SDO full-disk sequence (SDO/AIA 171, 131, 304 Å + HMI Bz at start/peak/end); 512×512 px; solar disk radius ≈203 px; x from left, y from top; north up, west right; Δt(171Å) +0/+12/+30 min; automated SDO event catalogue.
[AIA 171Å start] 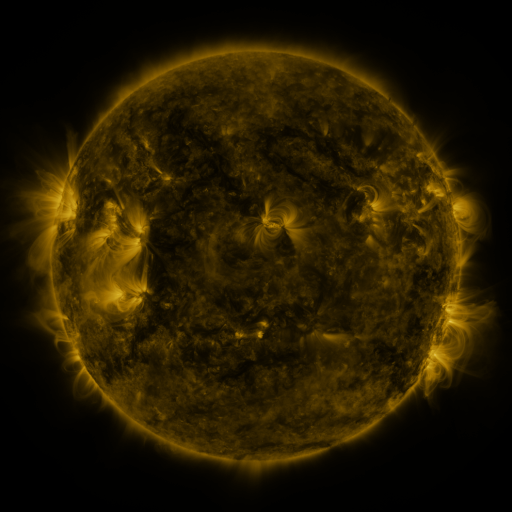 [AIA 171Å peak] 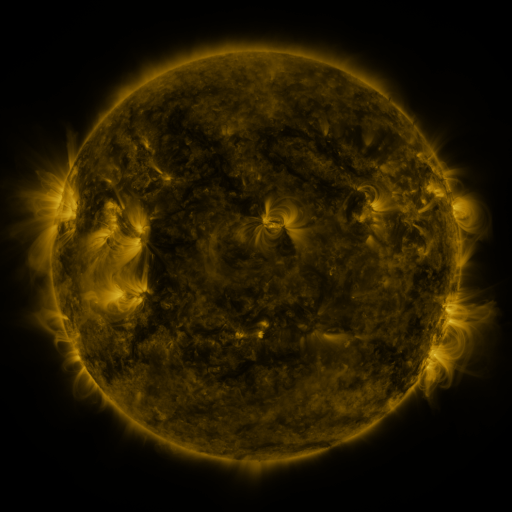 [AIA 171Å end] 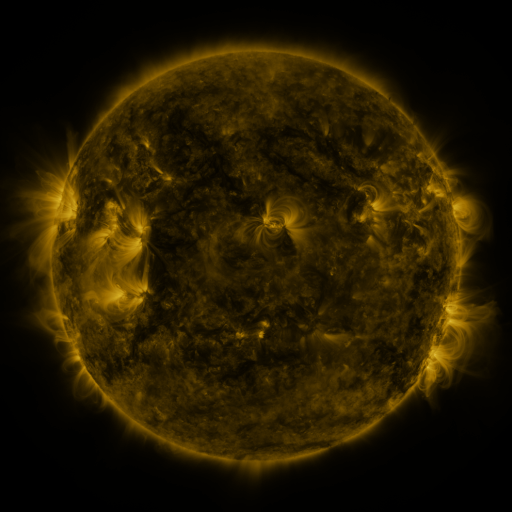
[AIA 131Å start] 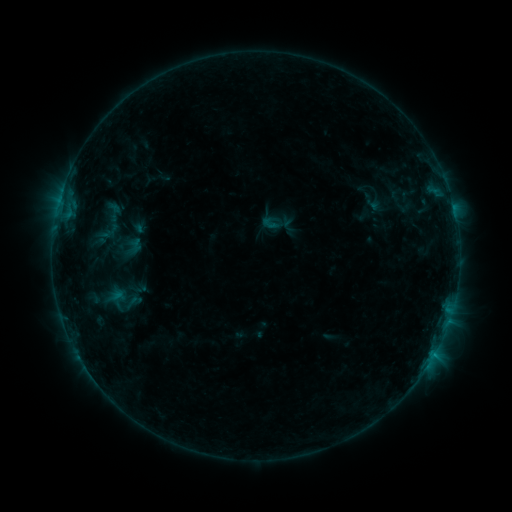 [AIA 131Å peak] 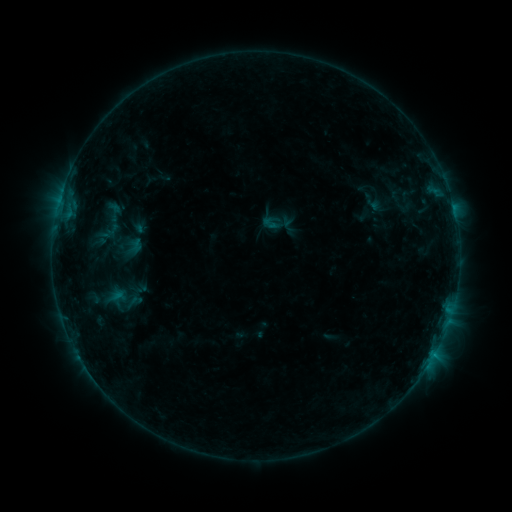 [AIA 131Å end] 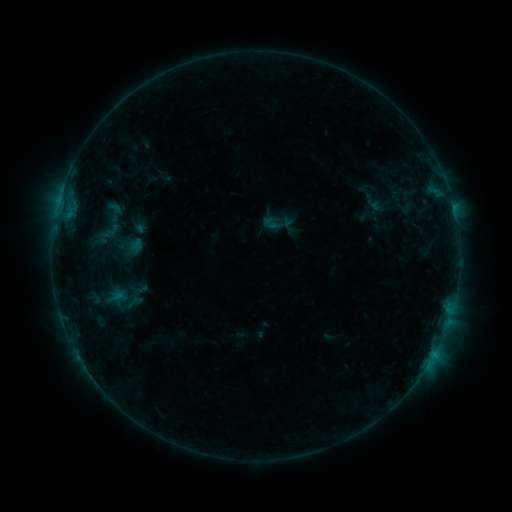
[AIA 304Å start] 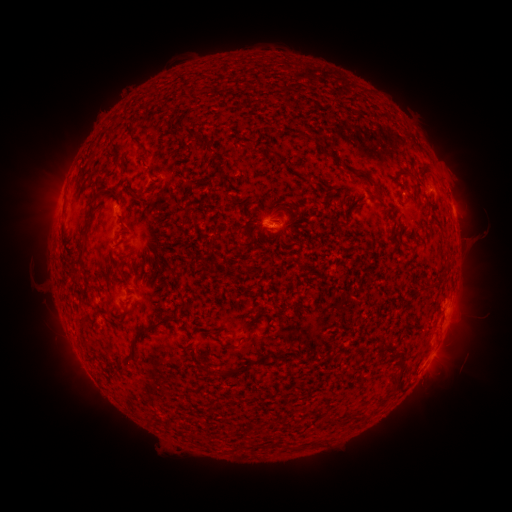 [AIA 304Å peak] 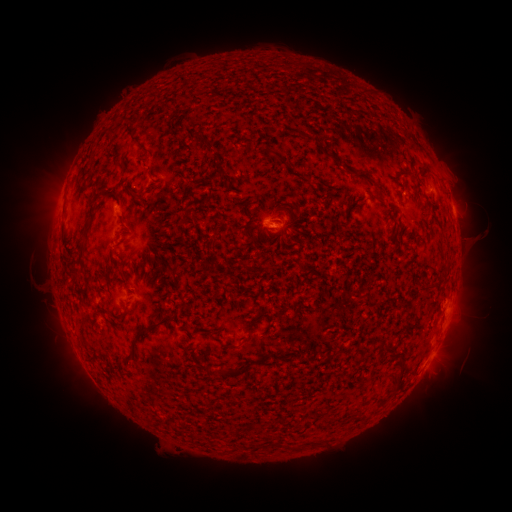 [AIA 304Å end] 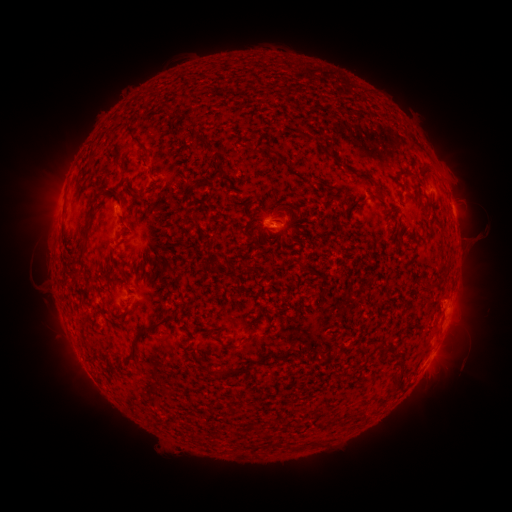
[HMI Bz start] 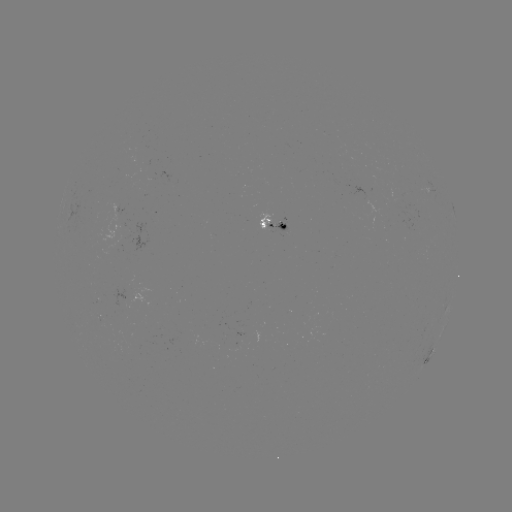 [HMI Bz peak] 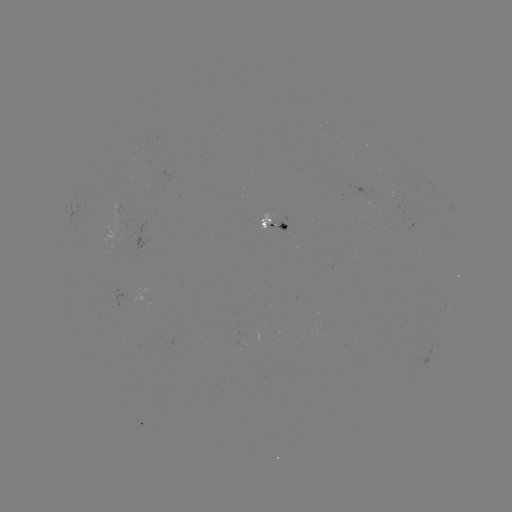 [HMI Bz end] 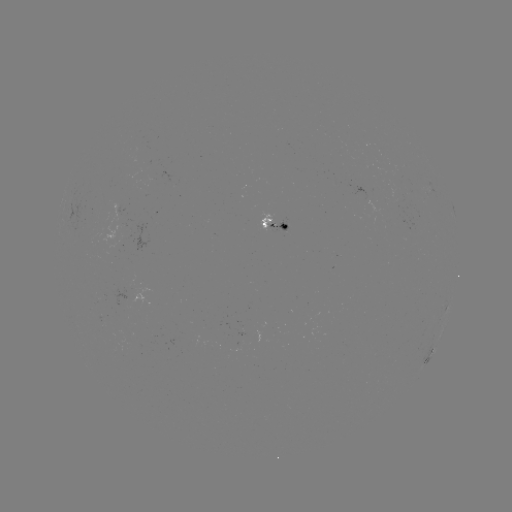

no flare in any classed list; no EUV-trigger detection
